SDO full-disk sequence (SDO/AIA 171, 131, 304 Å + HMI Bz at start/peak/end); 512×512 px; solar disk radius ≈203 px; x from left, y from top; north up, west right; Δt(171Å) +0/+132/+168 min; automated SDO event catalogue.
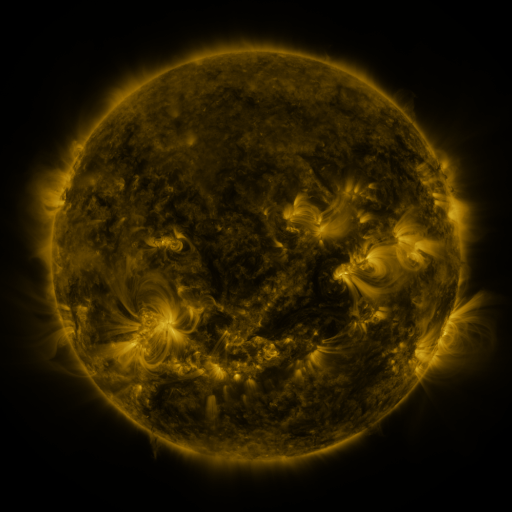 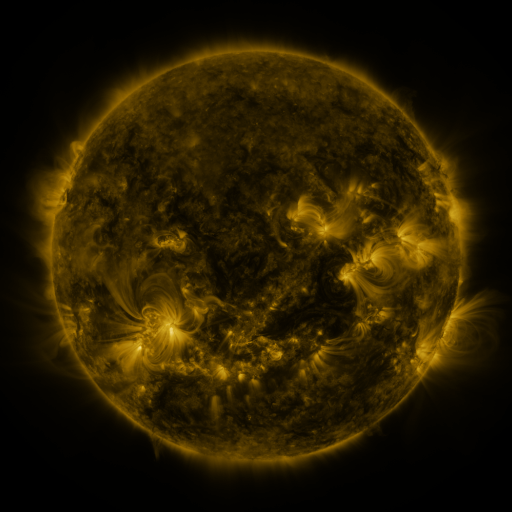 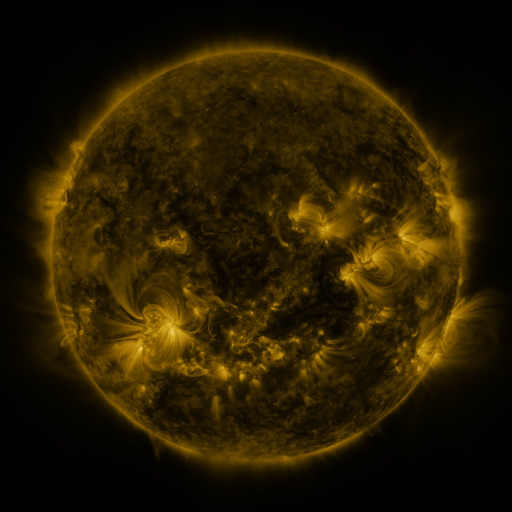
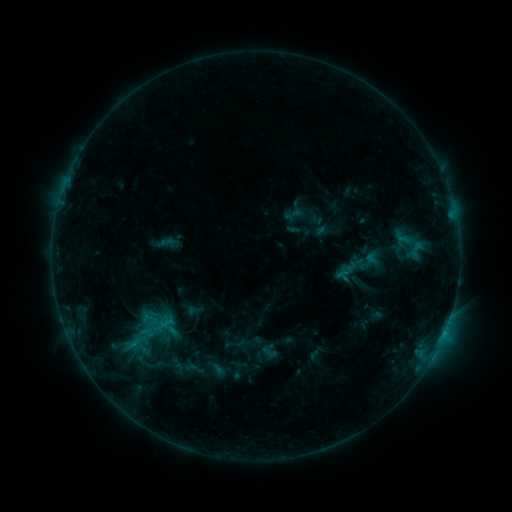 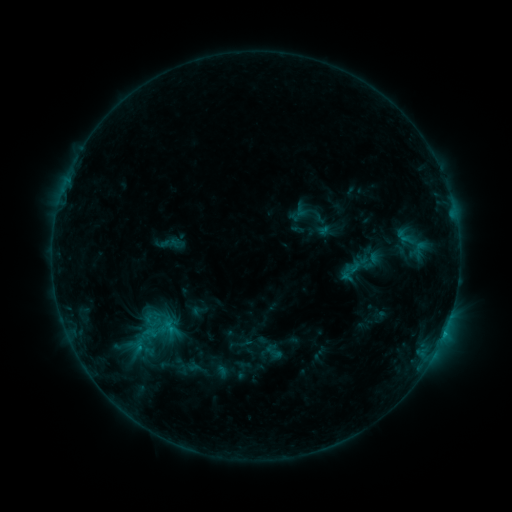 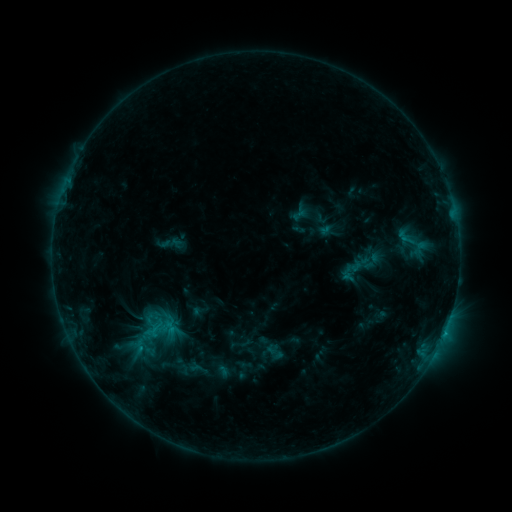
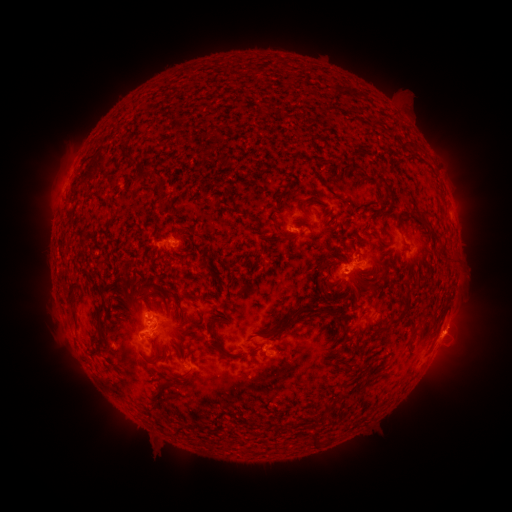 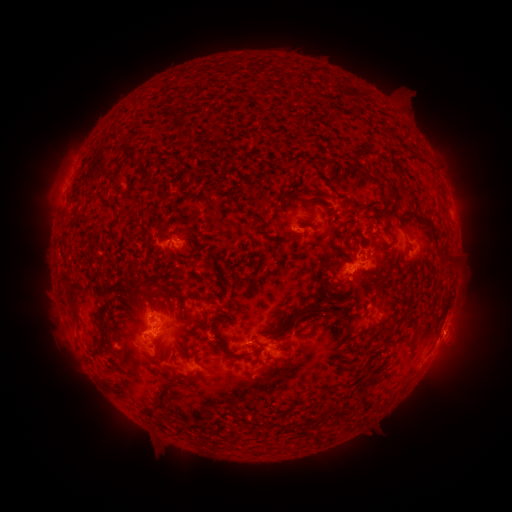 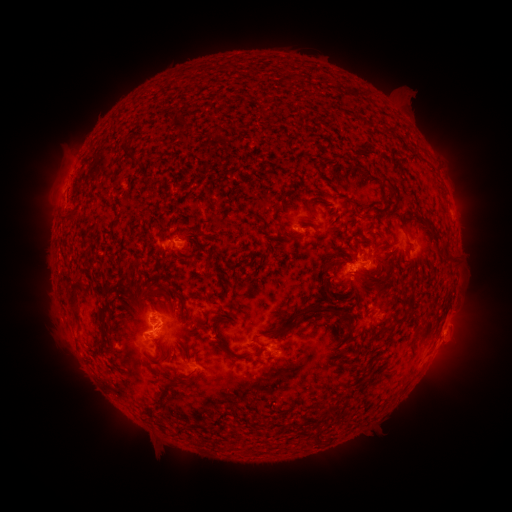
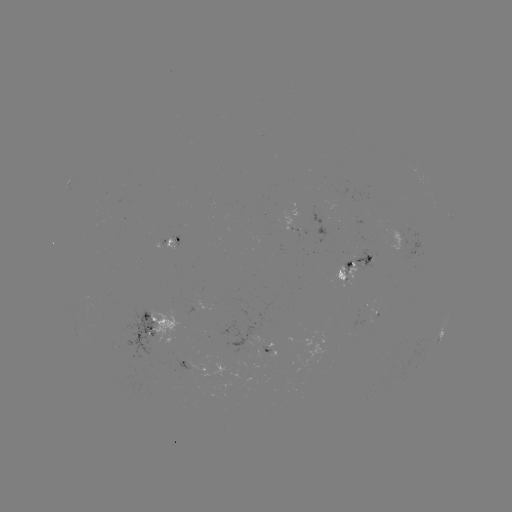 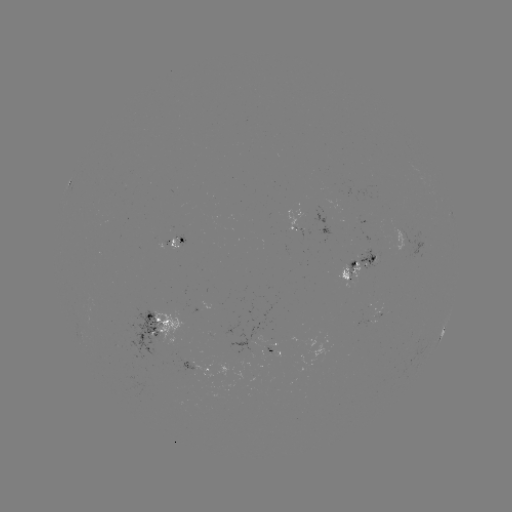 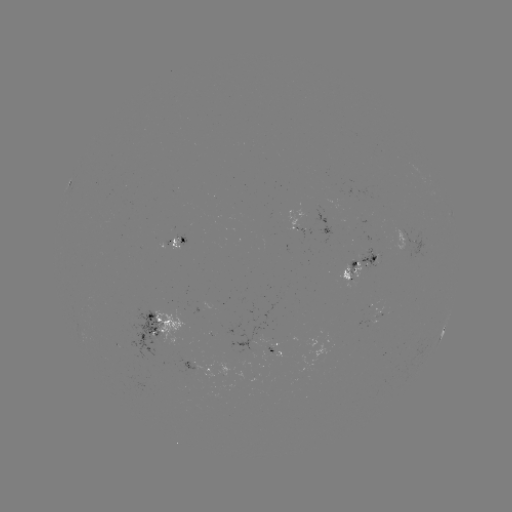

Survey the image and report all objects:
emerging-flux region: (298, 230)
